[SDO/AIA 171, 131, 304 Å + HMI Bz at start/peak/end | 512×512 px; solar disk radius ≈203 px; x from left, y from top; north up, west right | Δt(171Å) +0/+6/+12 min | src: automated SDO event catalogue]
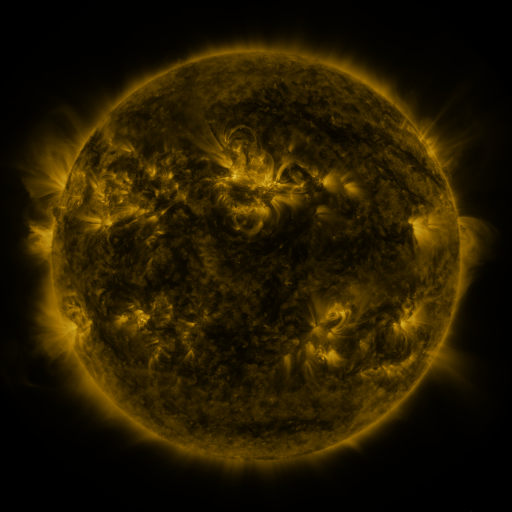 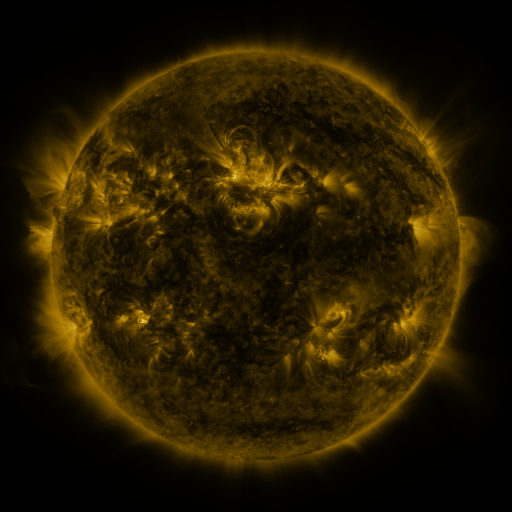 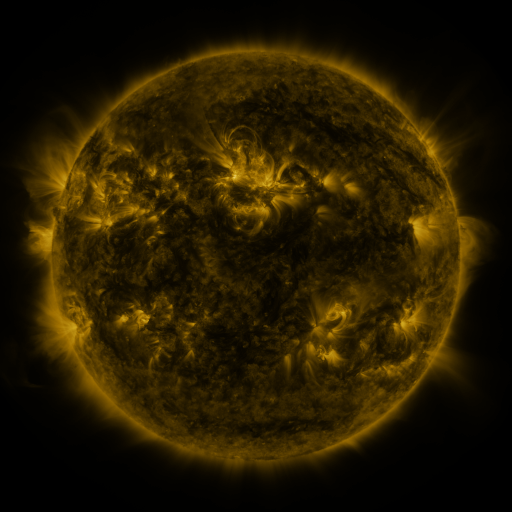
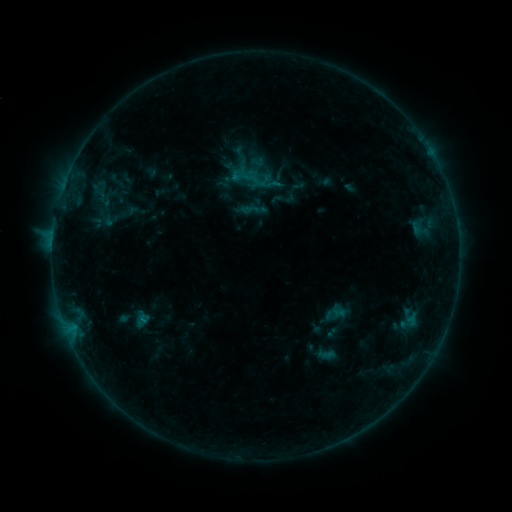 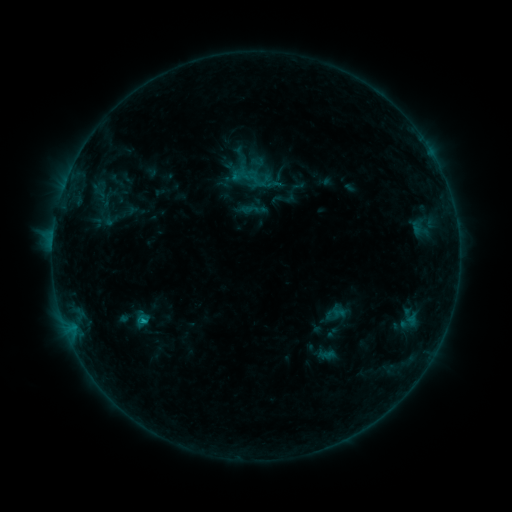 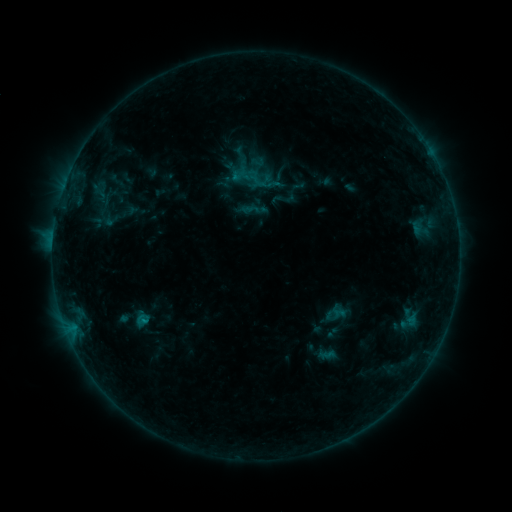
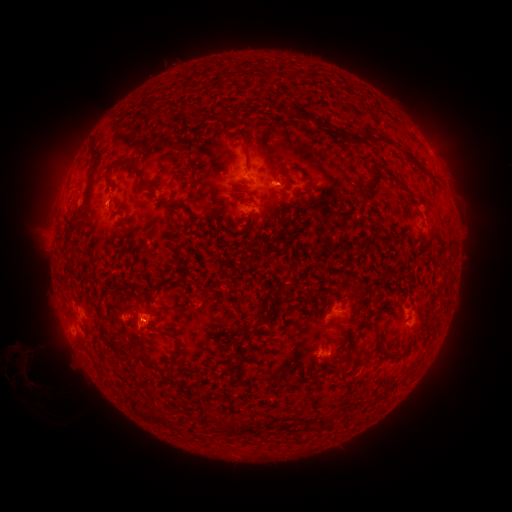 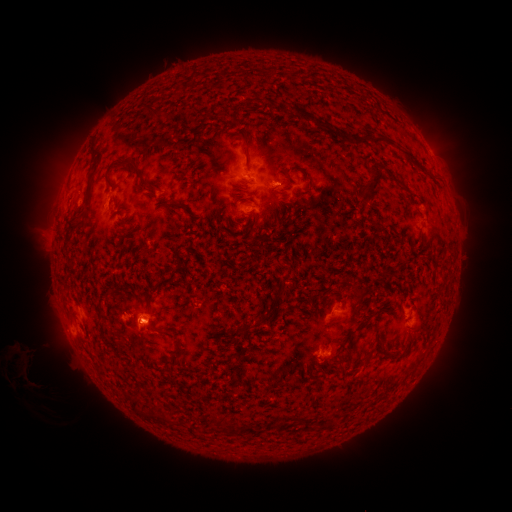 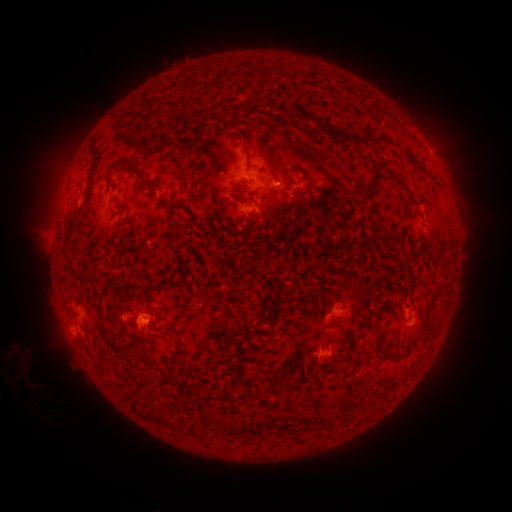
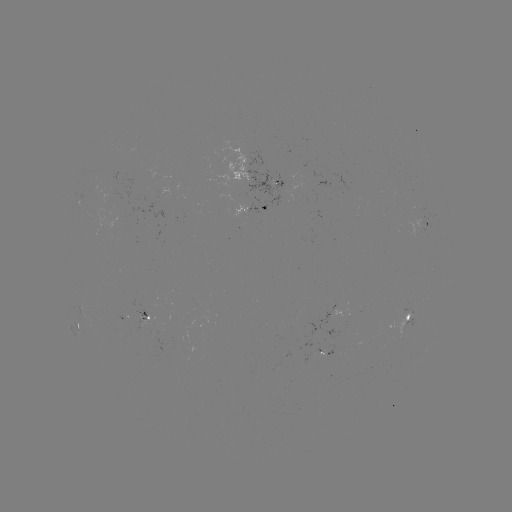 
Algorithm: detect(B4.9 flare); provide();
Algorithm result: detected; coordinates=[145, 318]